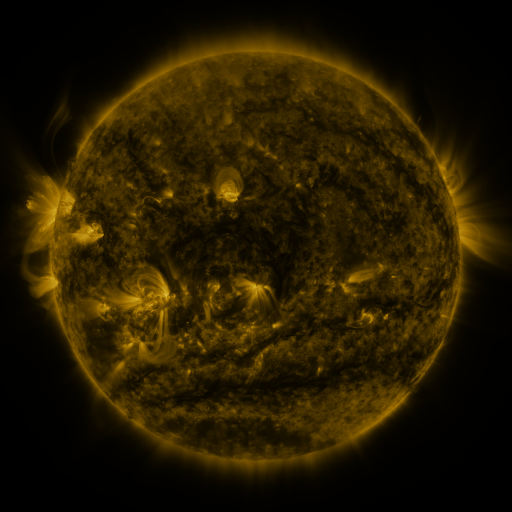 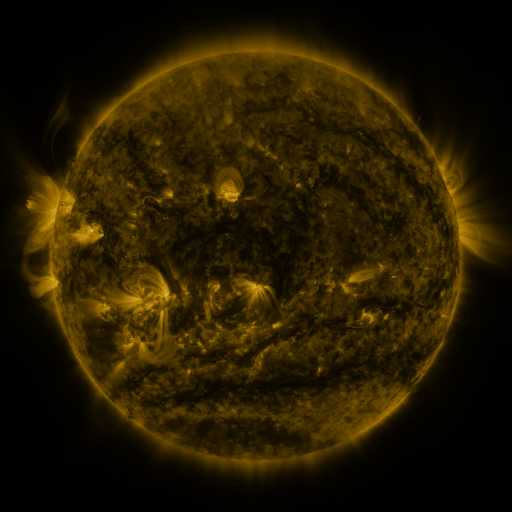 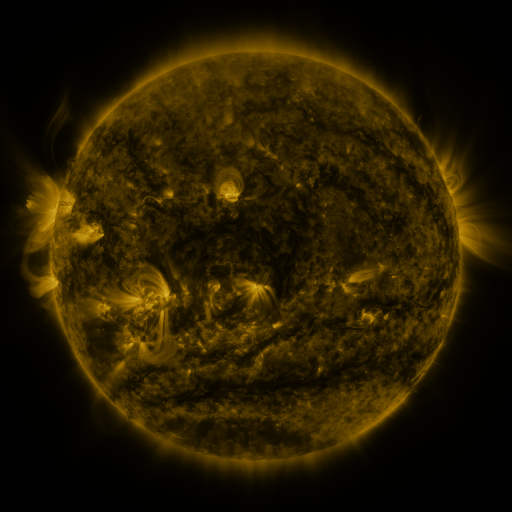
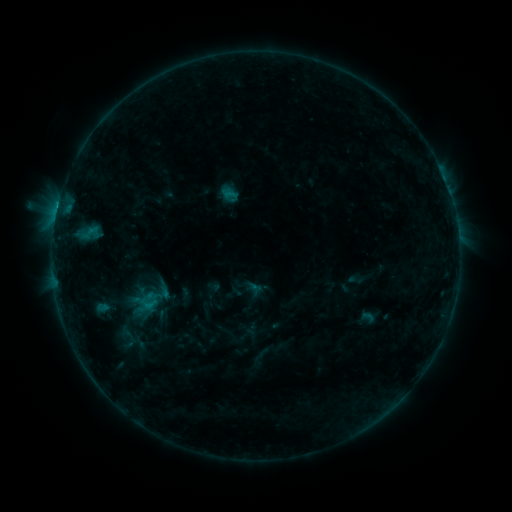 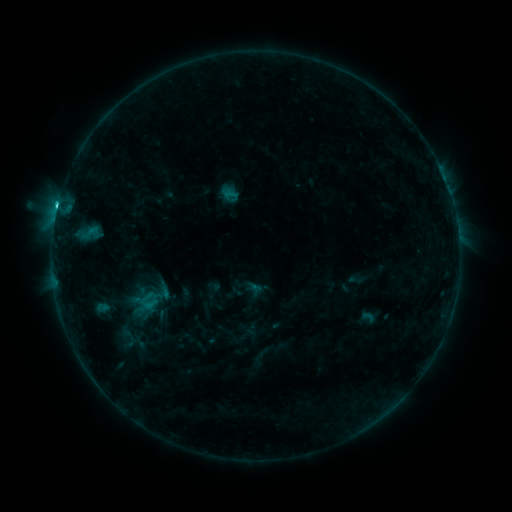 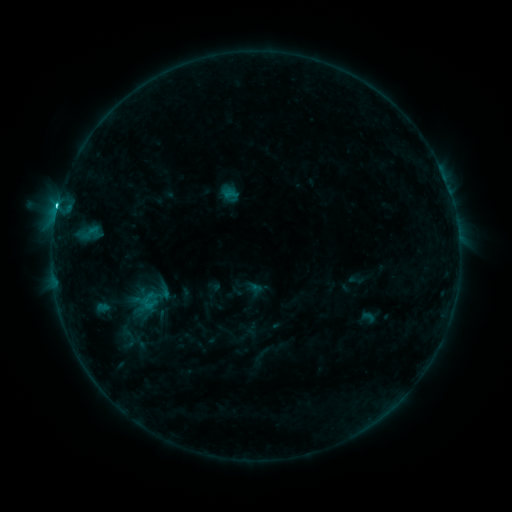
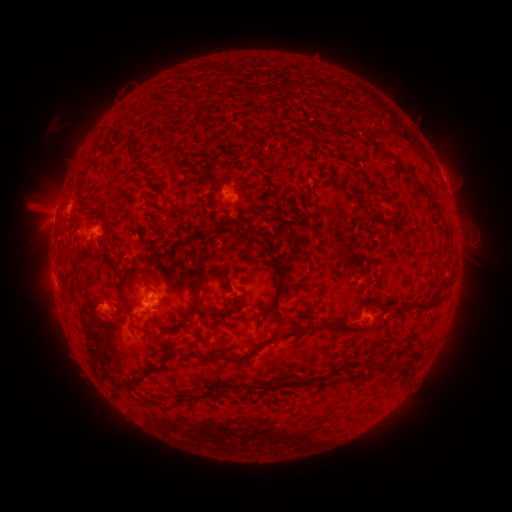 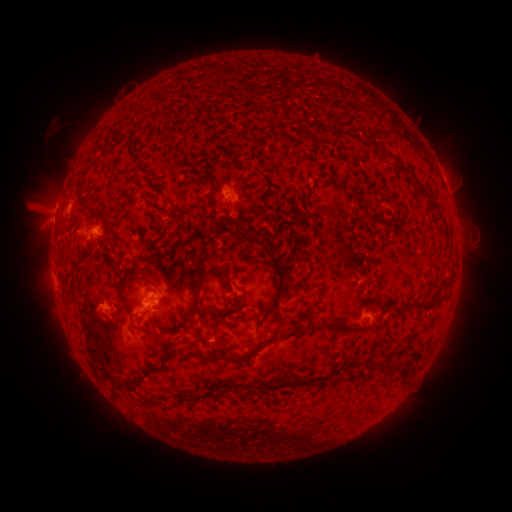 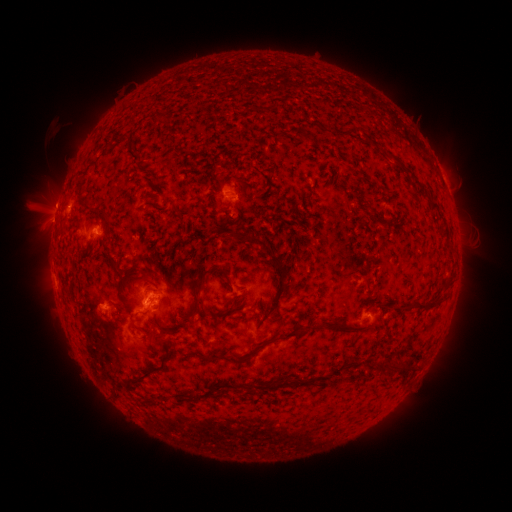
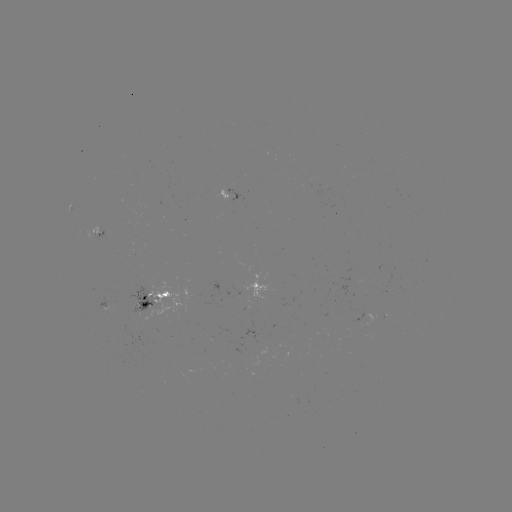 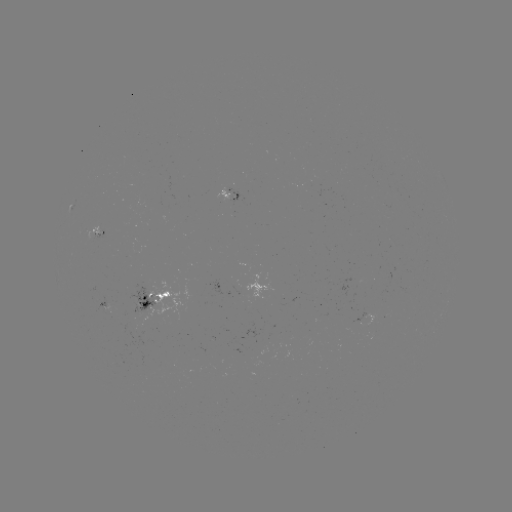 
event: flare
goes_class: C2.0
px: (60, 211)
